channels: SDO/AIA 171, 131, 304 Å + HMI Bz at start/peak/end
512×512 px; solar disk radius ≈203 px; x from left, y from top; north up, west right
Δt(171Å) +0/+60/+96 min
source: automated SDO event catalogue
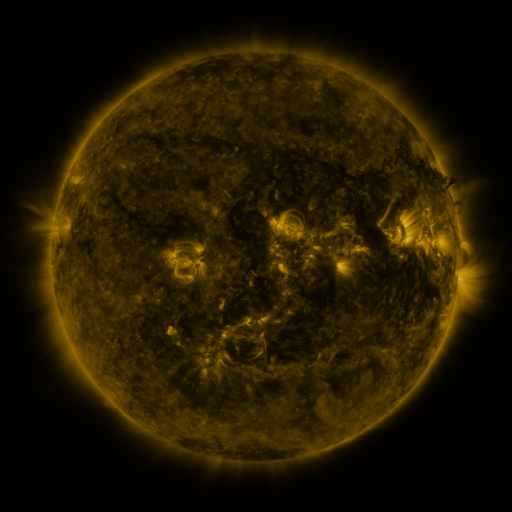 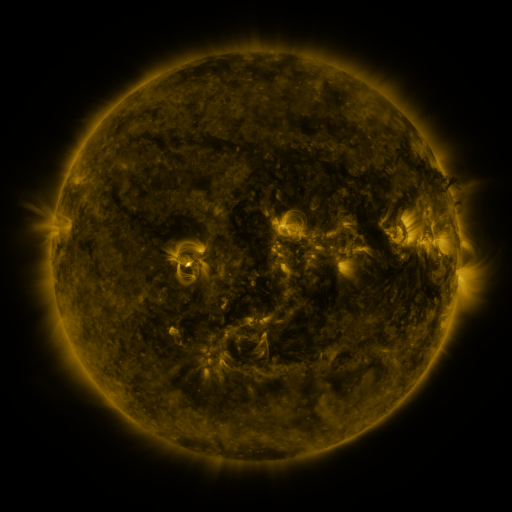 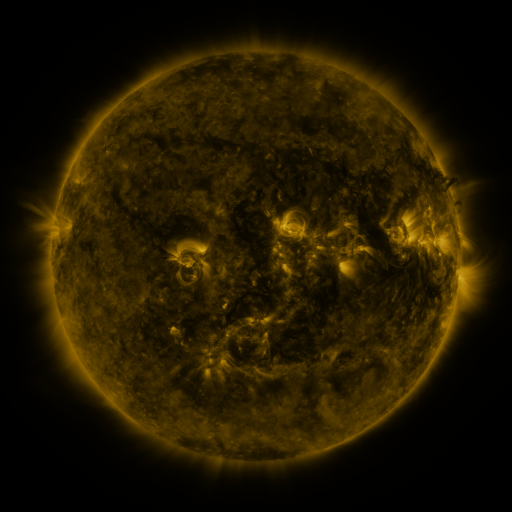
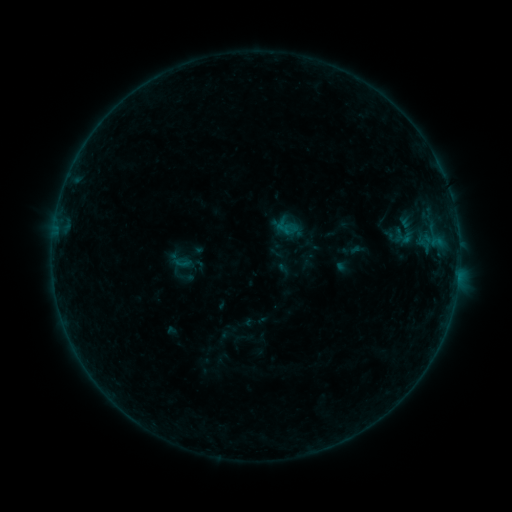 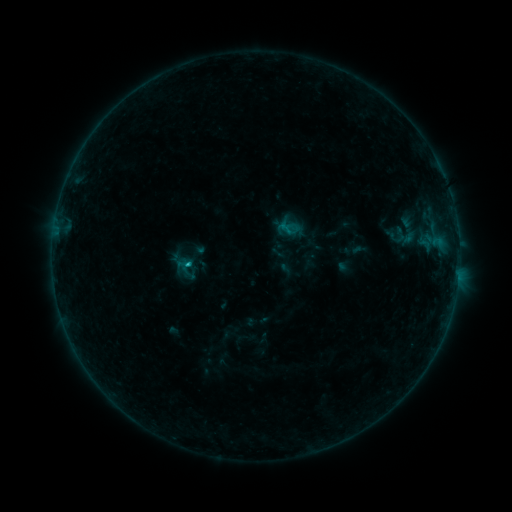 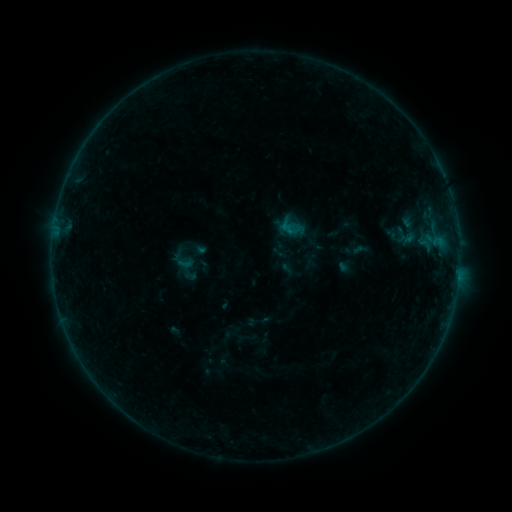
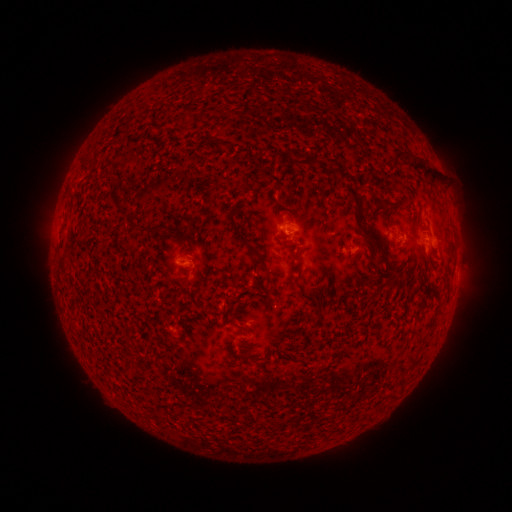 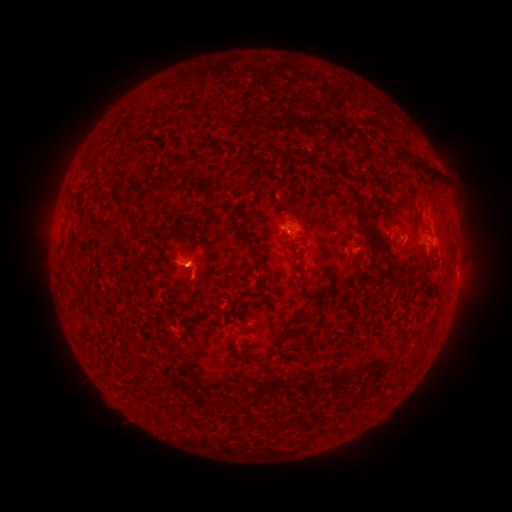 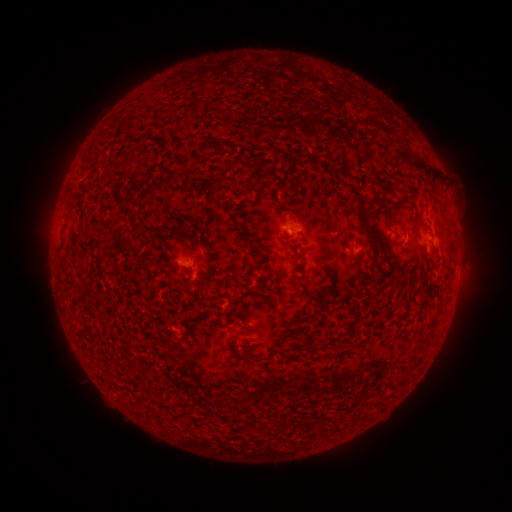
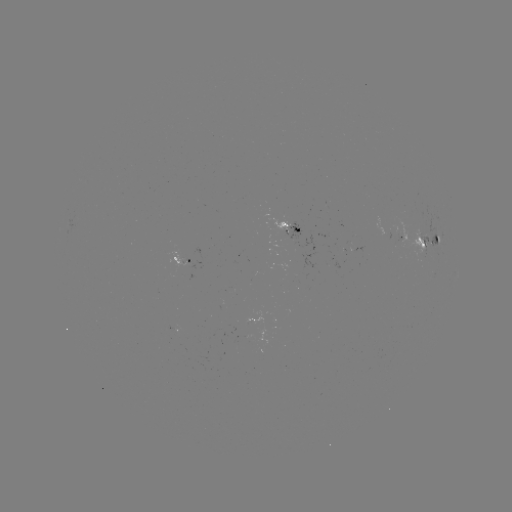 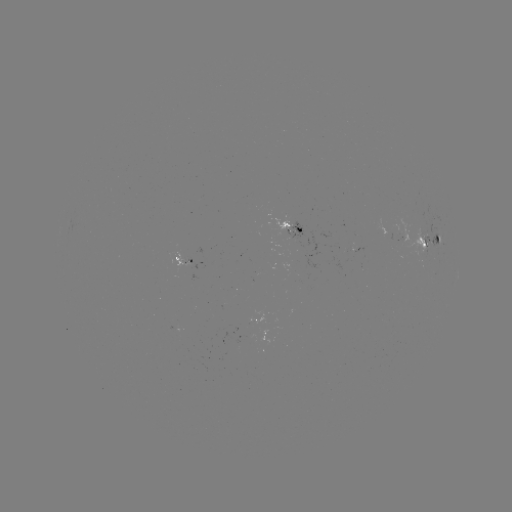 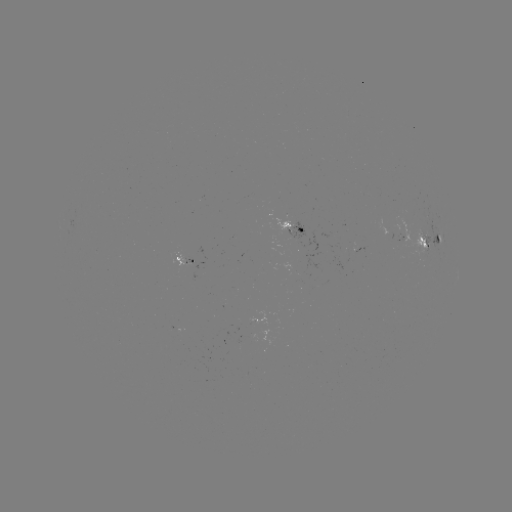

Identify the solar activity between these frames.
emerging-flux region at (421, 236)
